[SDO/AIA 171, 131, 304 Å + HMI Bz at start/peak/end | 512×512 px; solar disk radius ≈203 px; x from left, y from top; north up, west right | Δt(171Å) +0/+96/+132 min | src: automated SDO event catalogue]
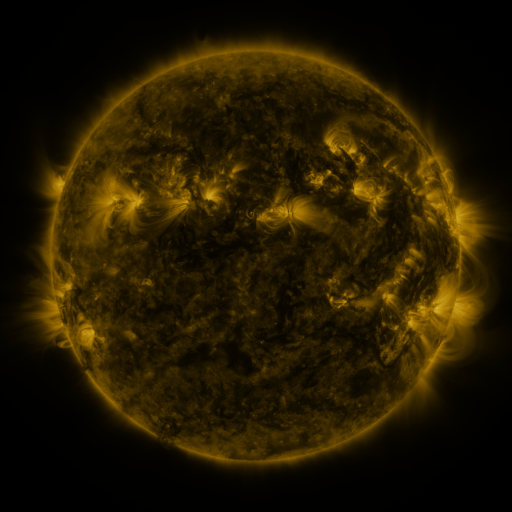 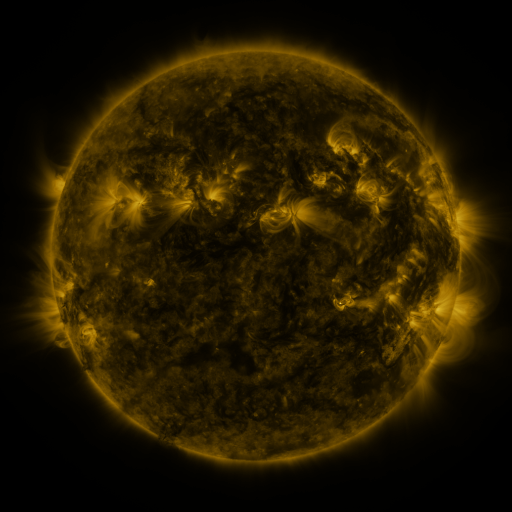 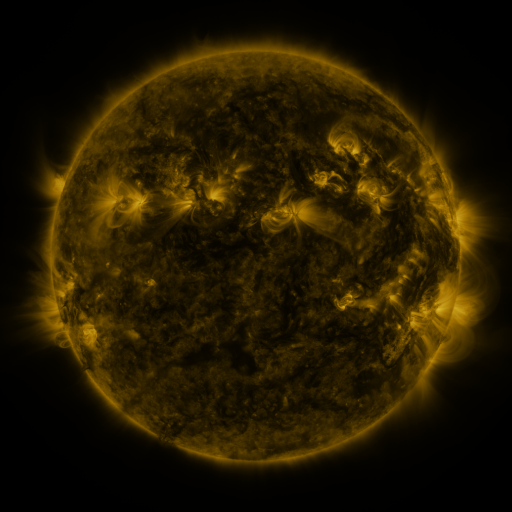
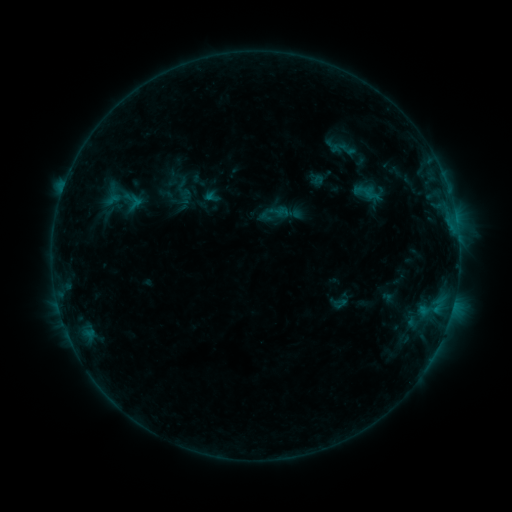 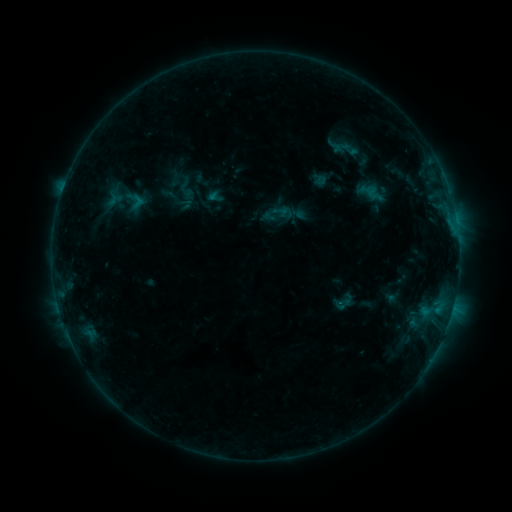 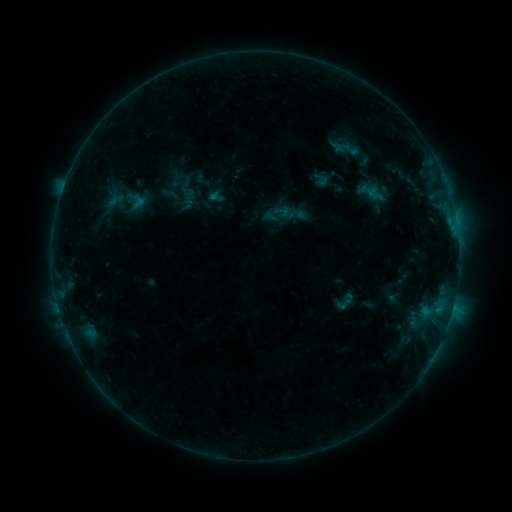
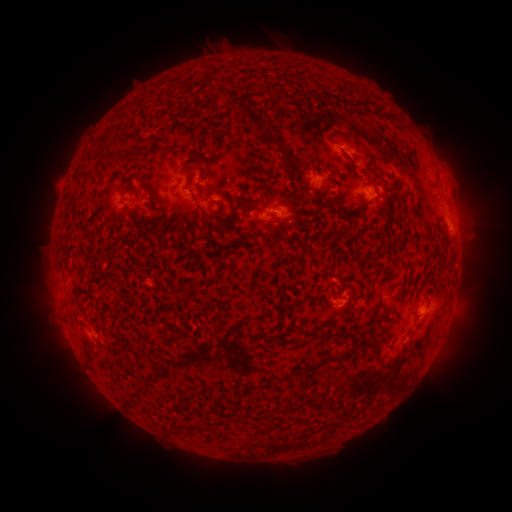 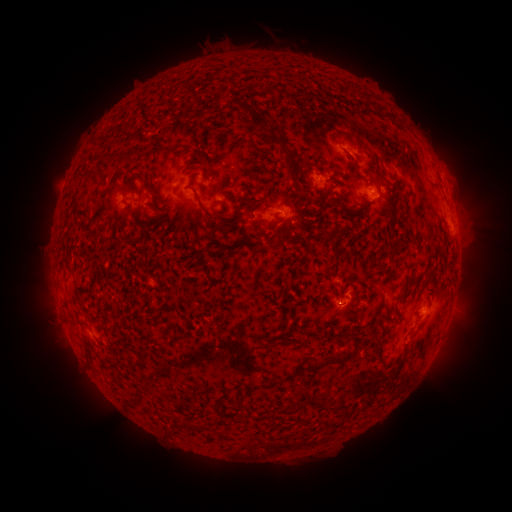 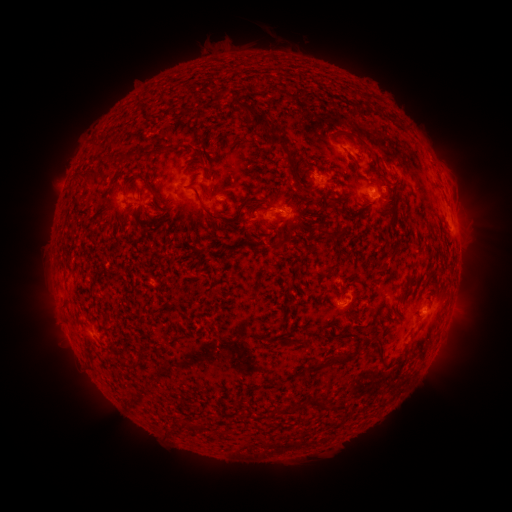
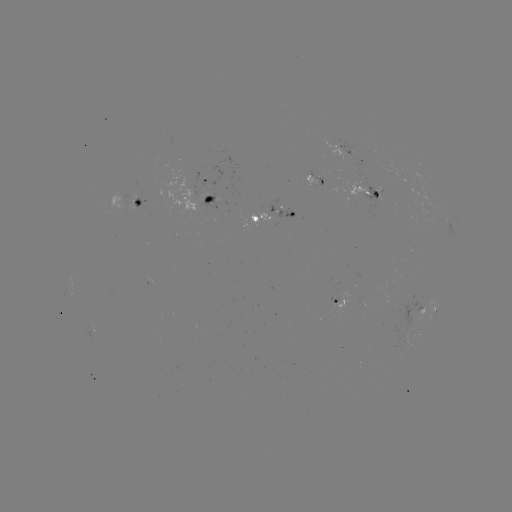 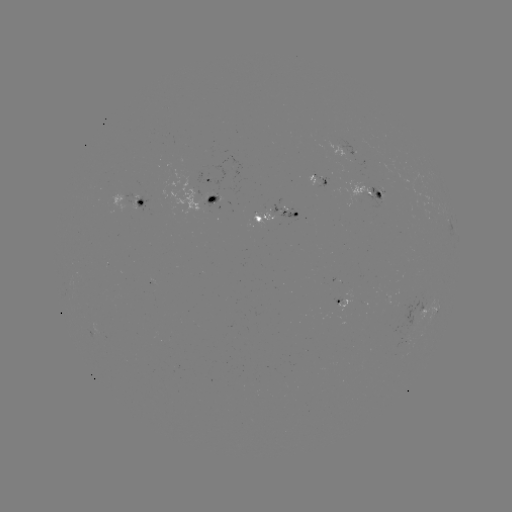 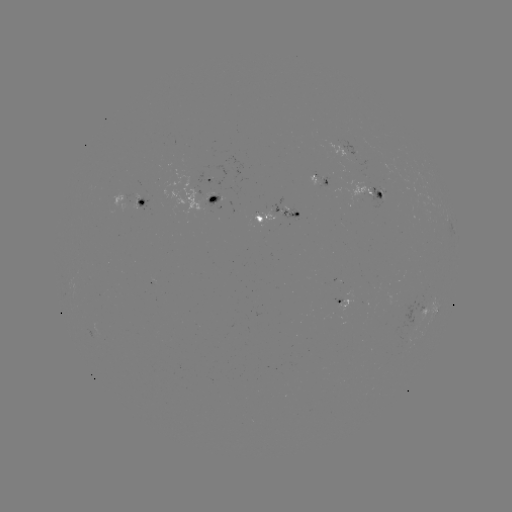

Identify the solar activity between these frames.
emerging-flux region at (322, 178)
